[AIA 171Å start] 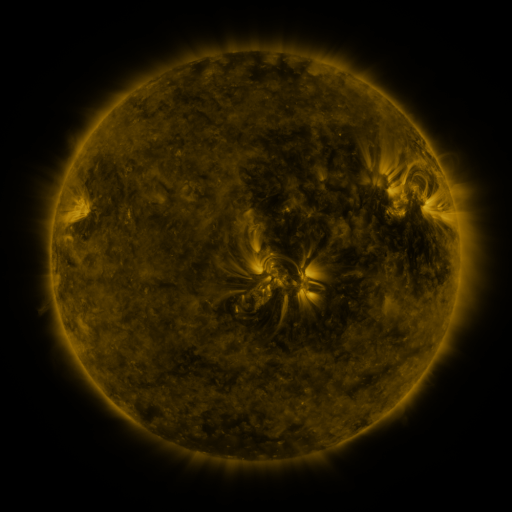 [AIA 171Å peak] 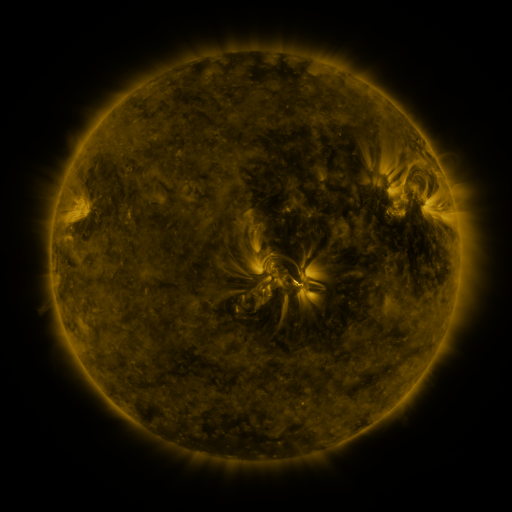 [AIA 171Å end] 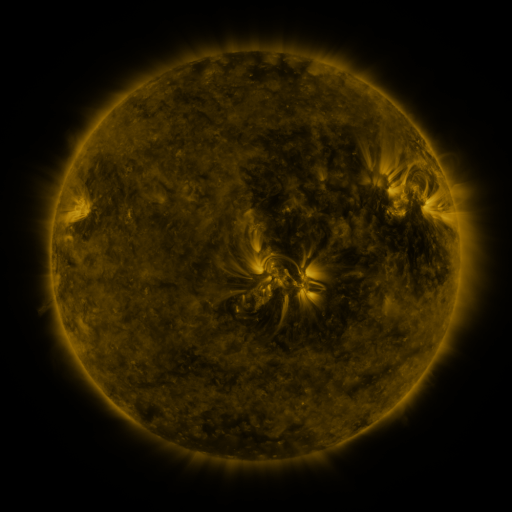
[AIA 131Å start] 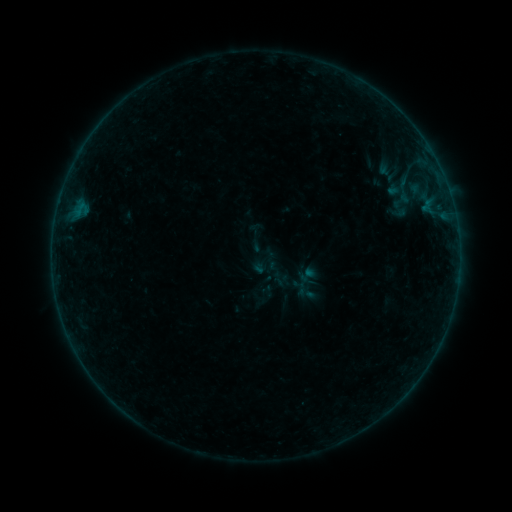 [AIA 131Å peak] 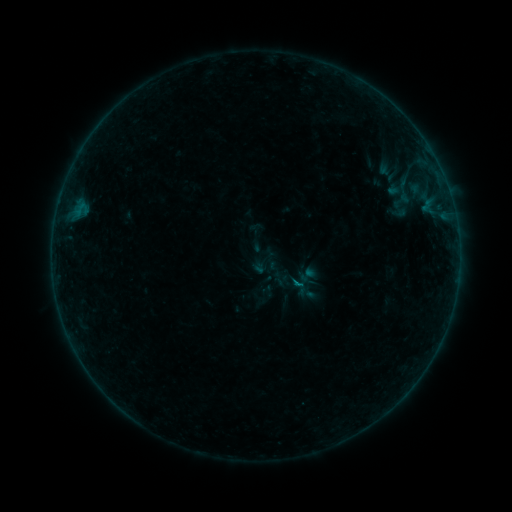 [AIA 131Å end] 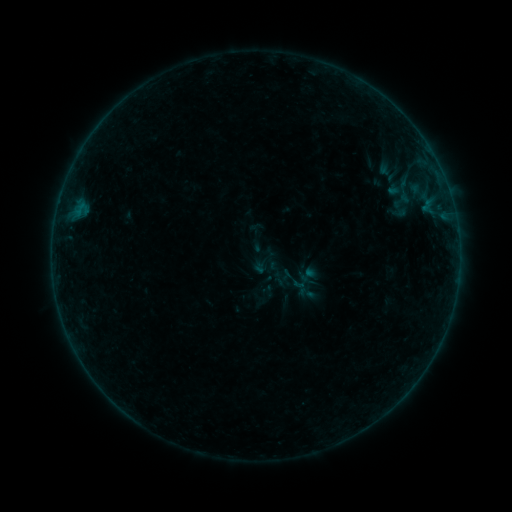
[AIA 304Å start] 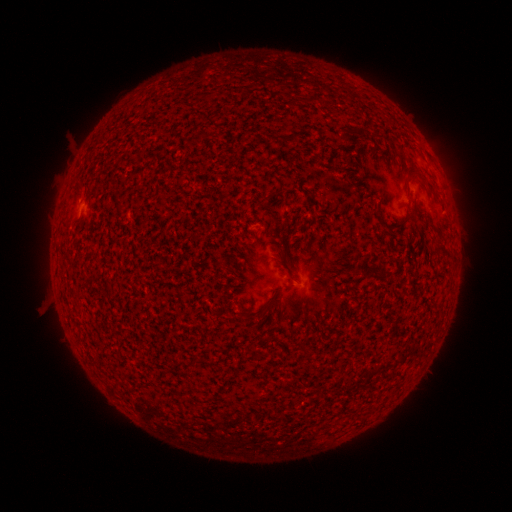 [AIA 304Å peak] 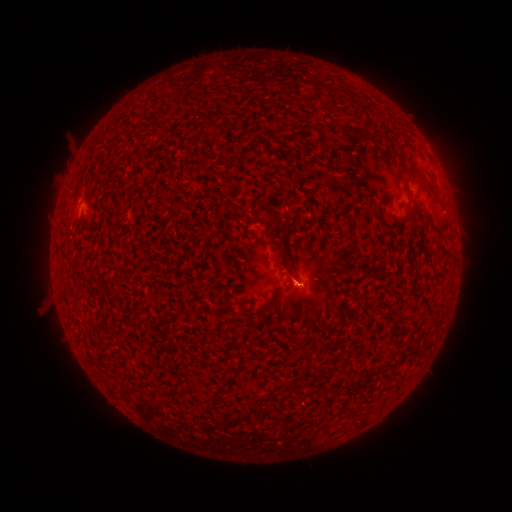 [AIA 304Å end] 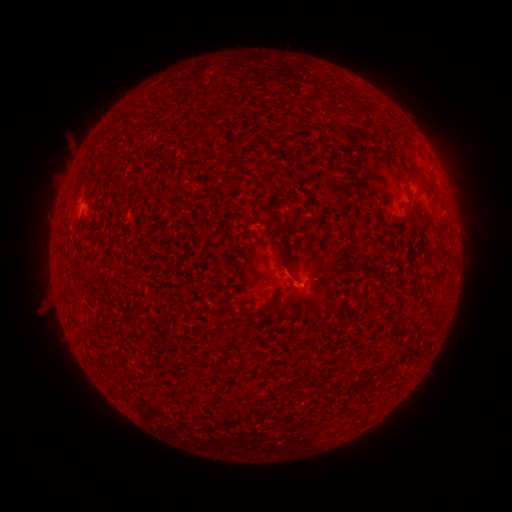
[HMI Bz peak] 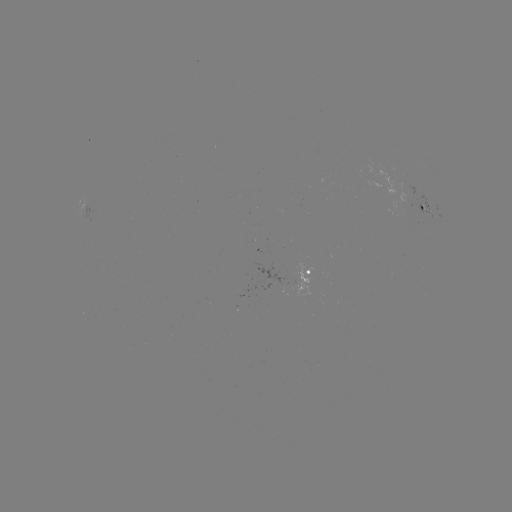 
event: flare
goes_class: B1.3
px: (297, 283)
